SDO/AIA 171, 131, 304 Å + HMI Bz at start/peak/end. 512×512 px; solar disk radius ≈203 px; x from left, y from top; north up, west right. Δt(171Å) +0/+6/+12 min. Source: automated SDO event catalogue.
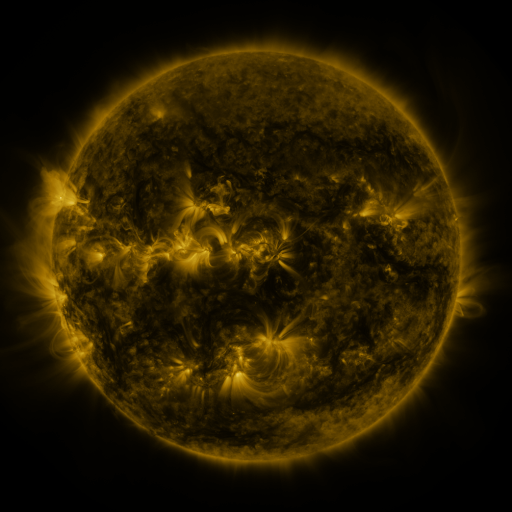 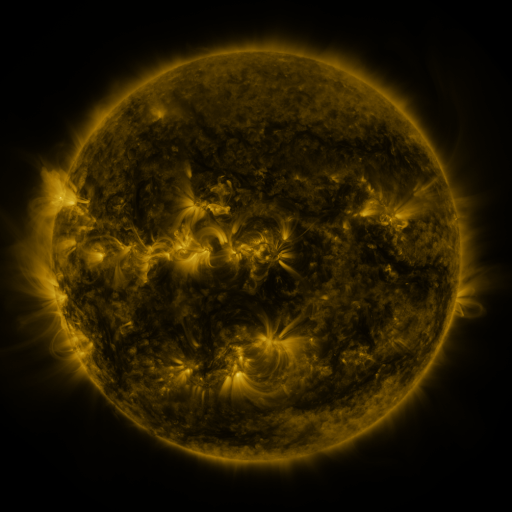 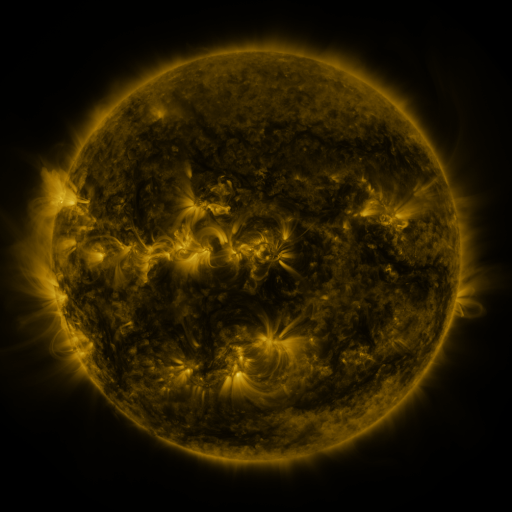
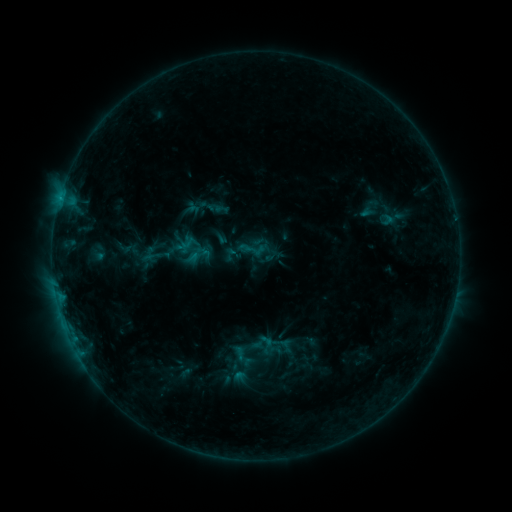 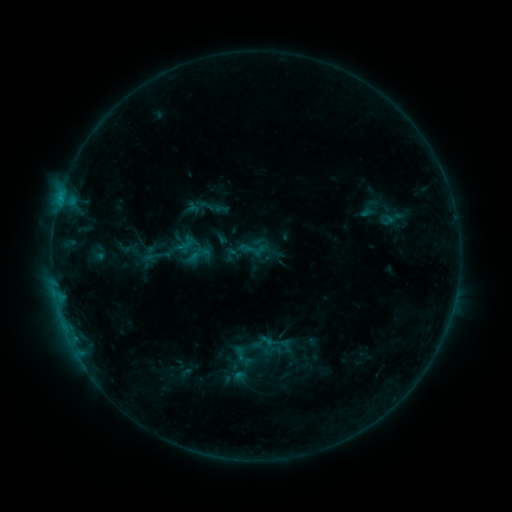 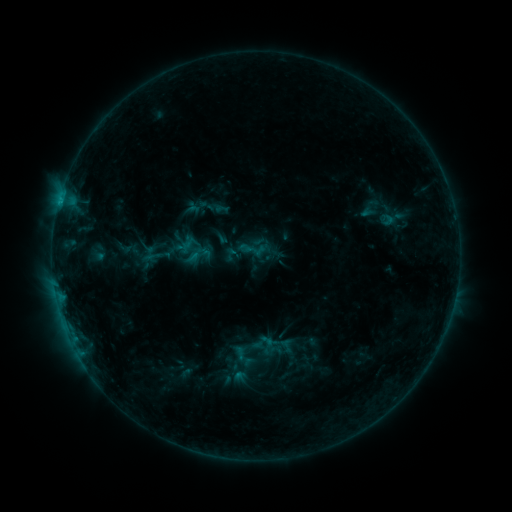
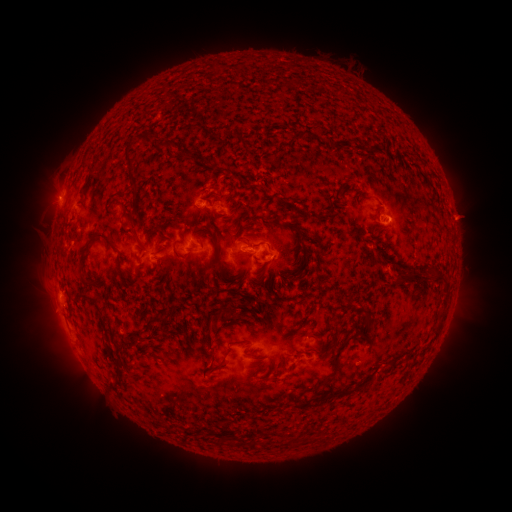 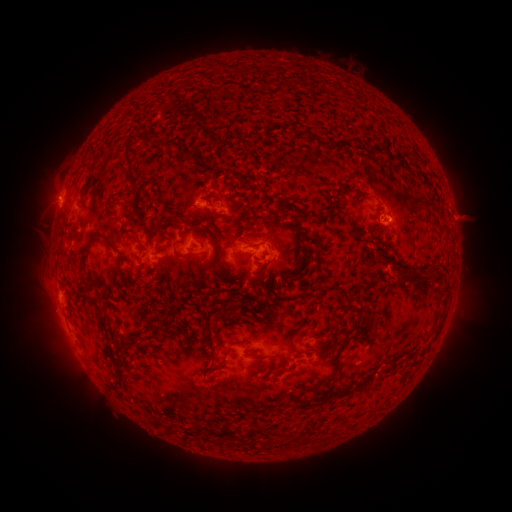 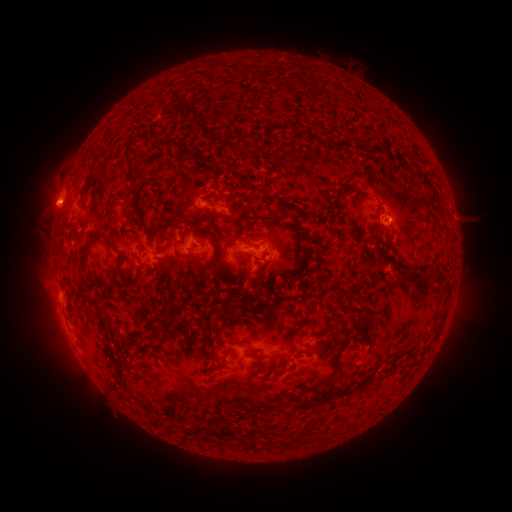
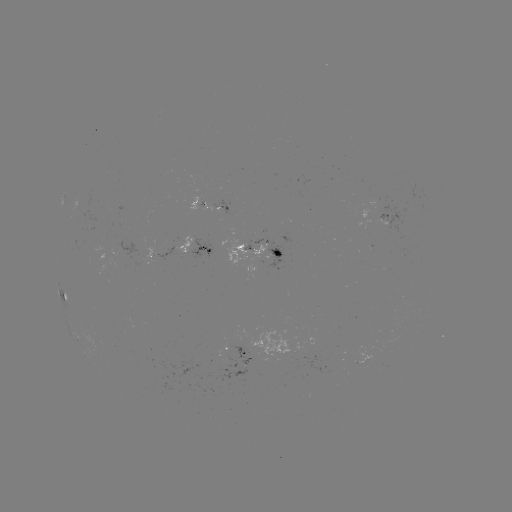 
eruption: (18, 179, 72, 233)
